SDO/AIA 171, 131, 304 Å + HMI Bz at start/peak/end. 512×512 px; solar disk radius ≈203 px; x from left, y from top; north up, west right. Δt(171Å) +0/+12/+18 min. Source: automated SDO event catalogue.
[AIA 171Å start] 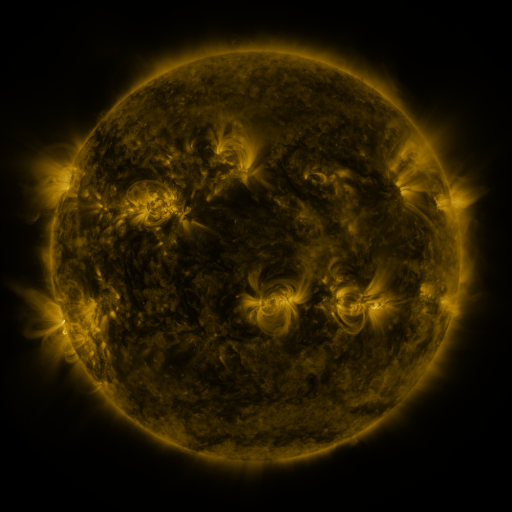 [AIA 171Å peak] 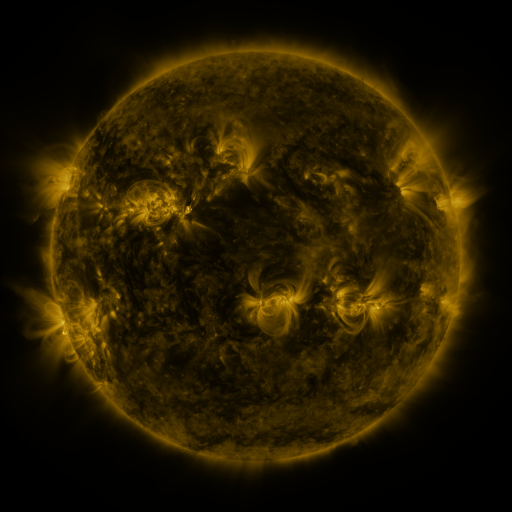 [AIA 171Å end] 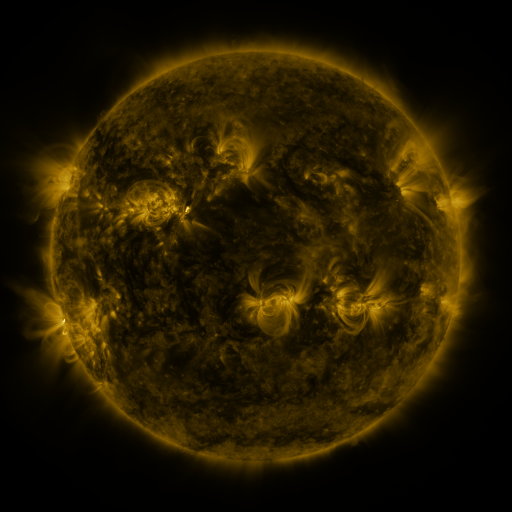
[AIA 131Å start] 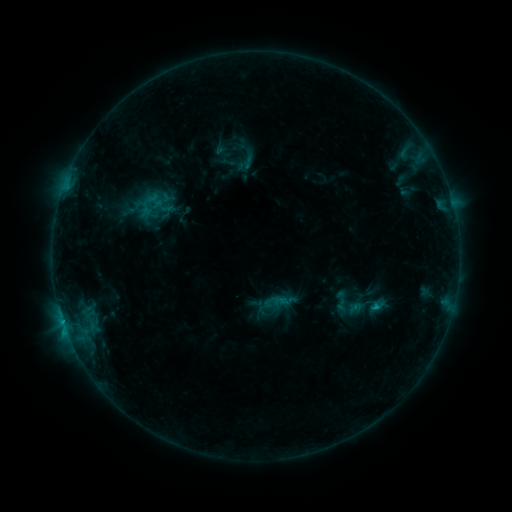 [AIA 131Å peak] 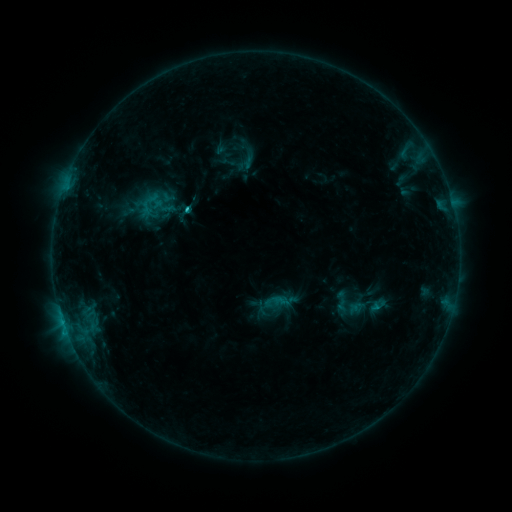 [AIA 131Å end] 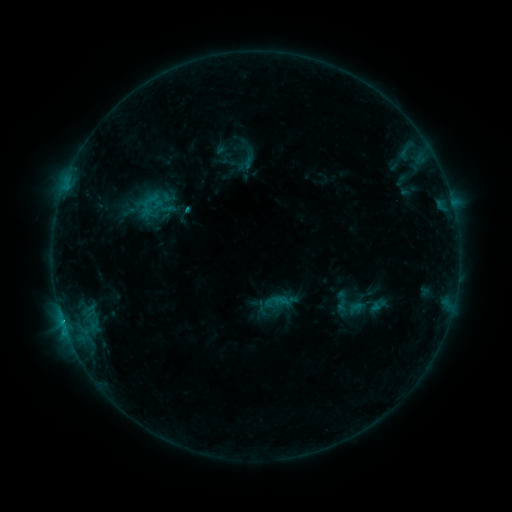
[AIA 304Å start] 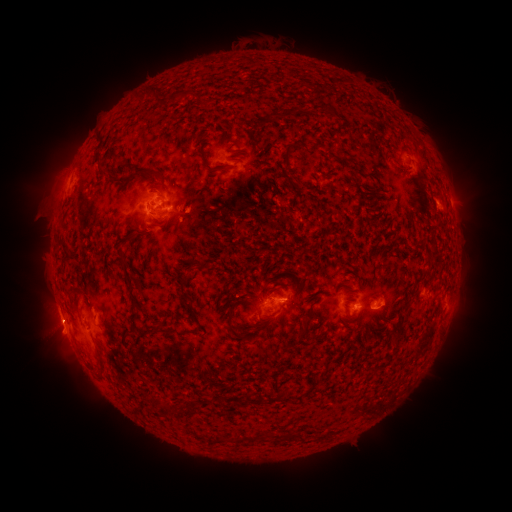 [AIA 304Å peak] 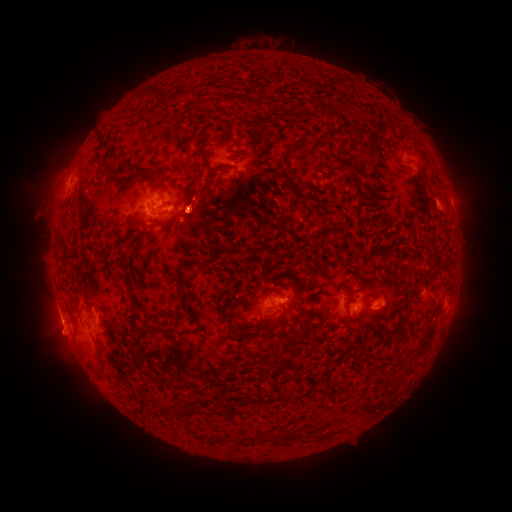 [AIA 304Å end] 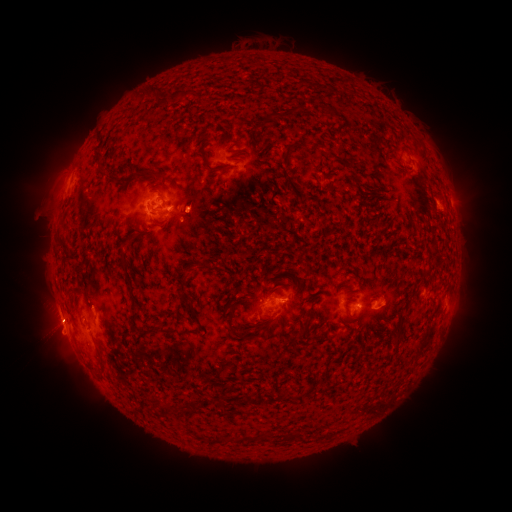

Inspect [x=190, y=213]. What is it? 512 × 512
C1.5 flare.